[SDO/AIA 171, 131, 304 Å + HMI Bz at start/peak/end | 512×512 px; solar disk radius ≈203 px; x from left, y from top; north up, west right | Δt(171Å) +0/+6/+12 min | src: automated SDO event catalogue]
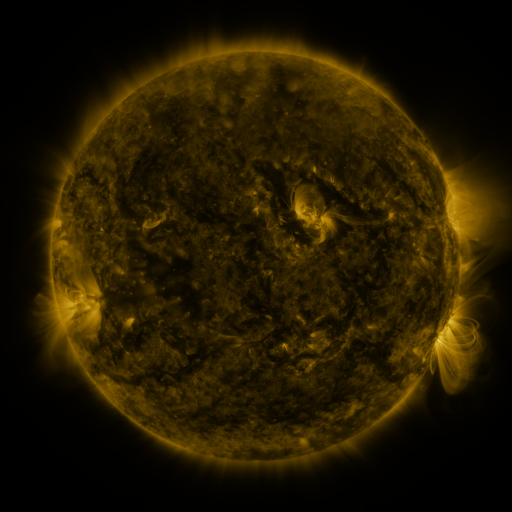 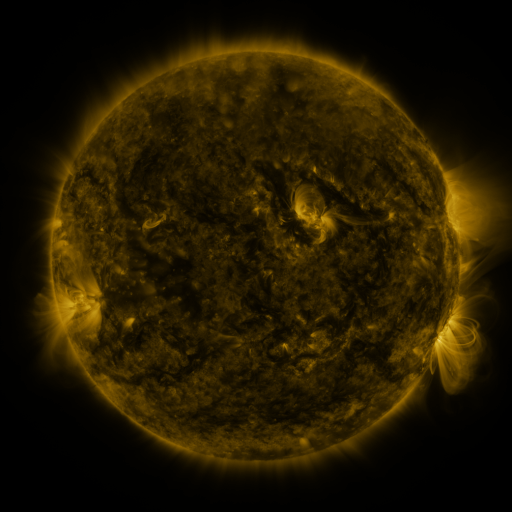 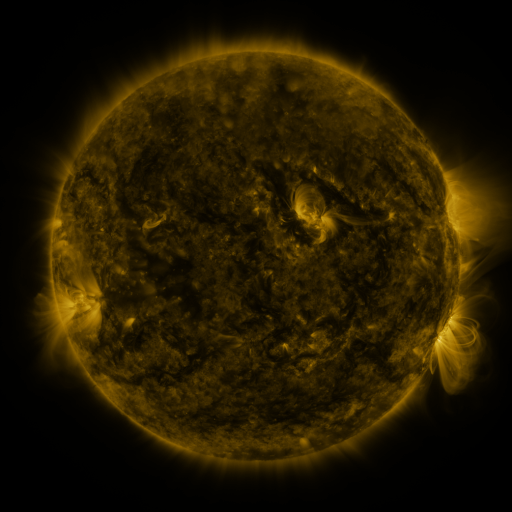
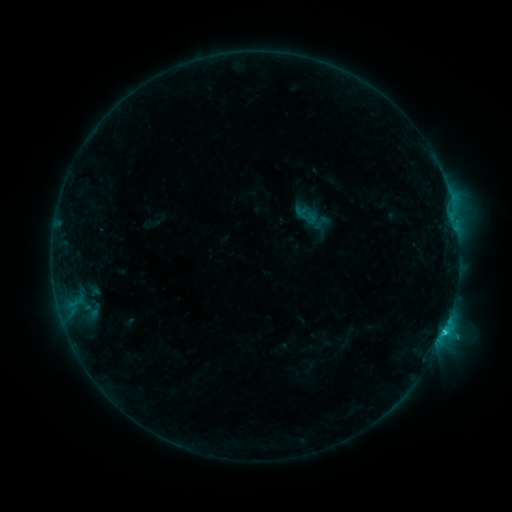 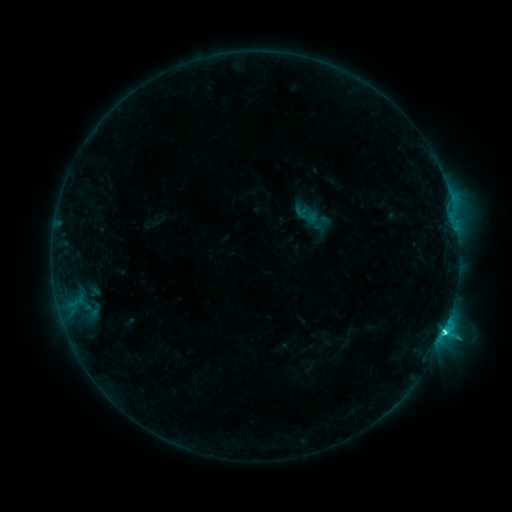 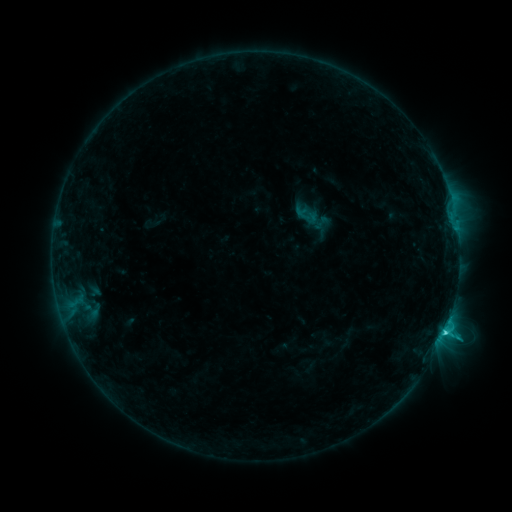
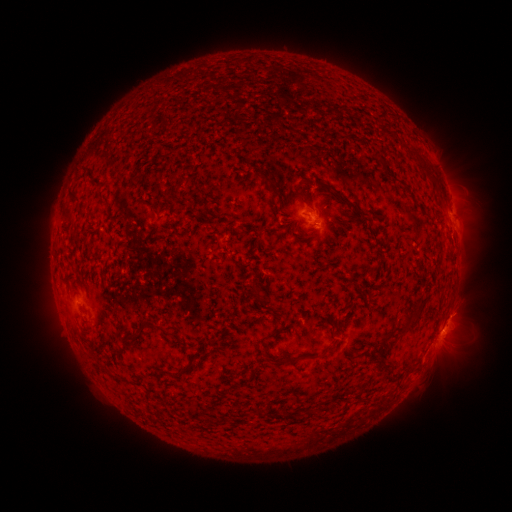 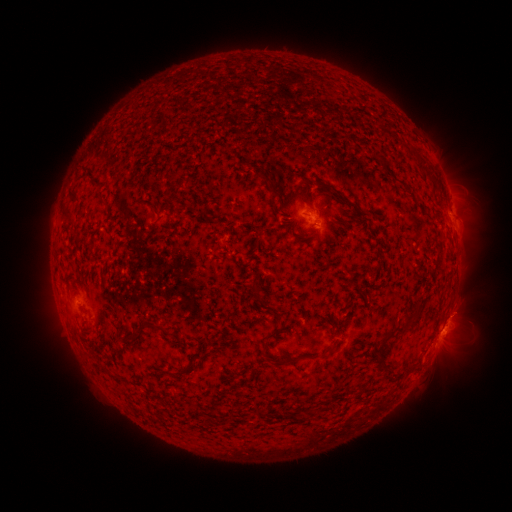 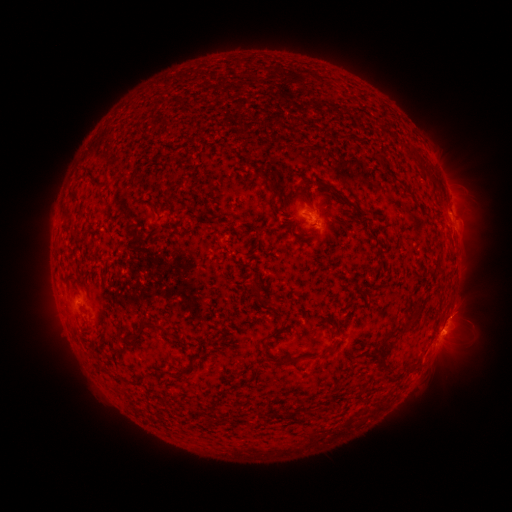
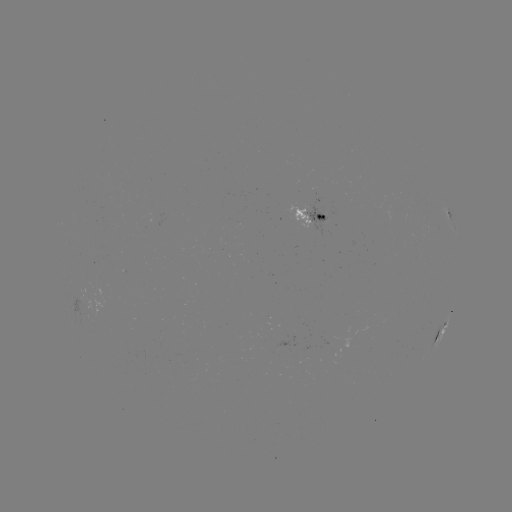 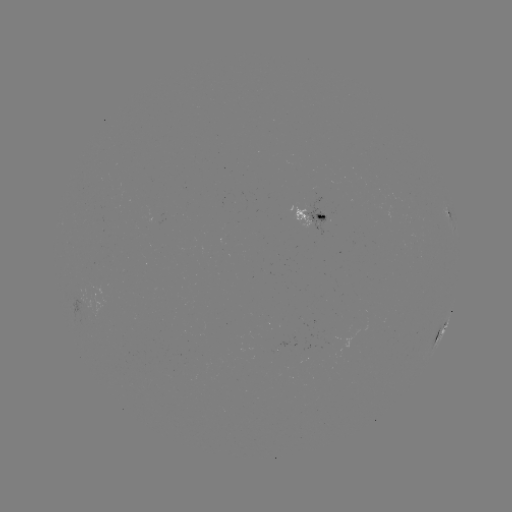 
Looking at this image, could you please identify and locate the C2.5 flare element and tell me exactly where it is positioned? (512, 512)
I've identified C2.5 flare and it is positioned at [443, 326].